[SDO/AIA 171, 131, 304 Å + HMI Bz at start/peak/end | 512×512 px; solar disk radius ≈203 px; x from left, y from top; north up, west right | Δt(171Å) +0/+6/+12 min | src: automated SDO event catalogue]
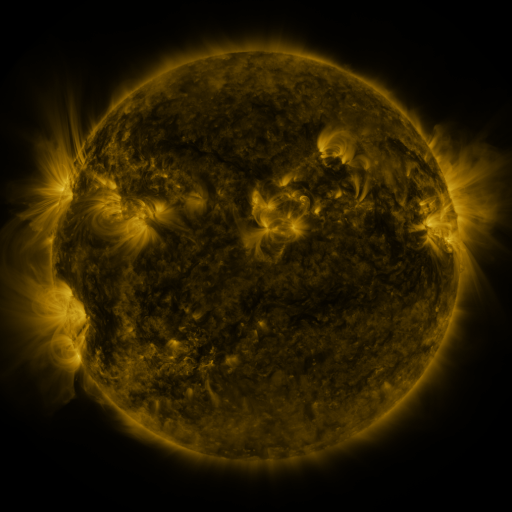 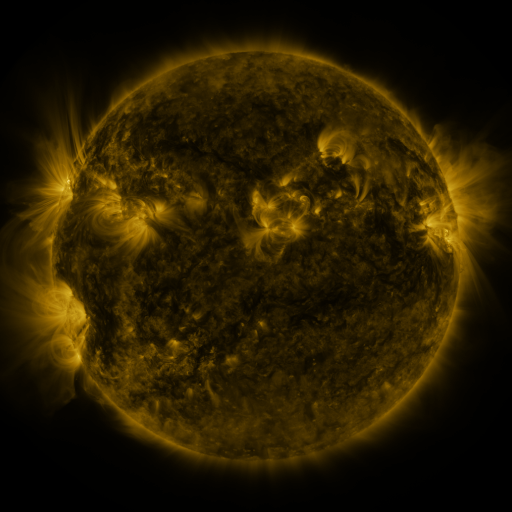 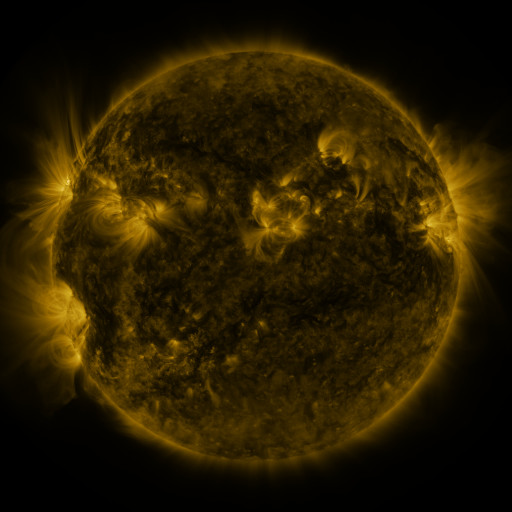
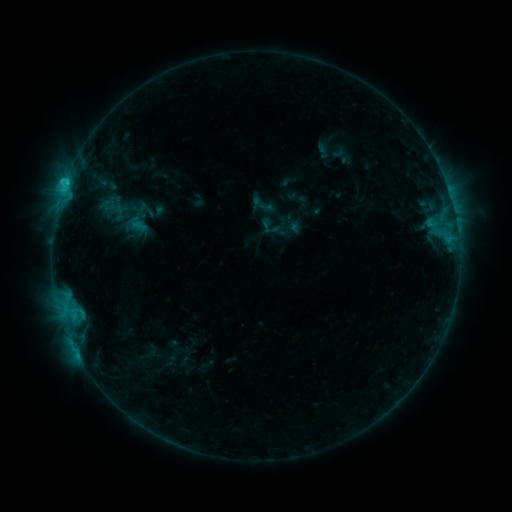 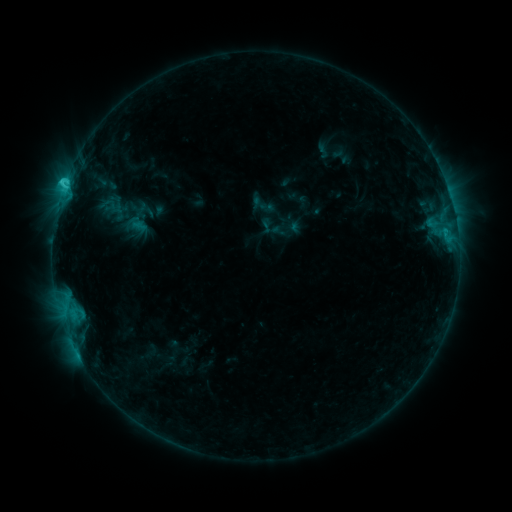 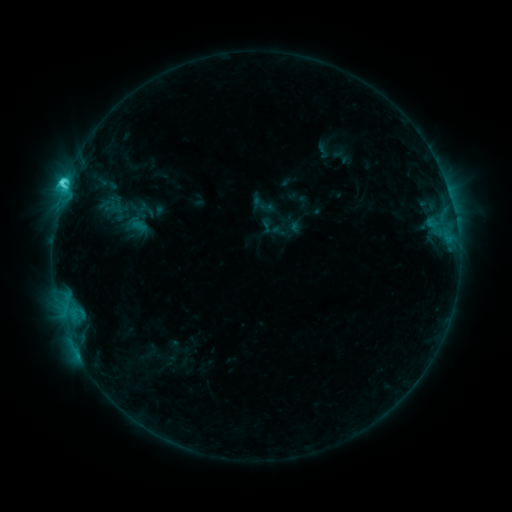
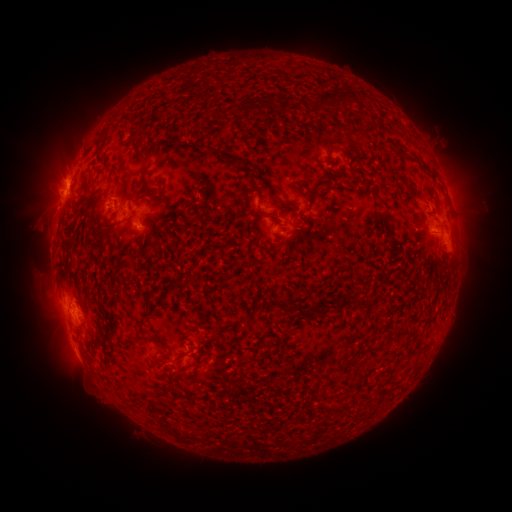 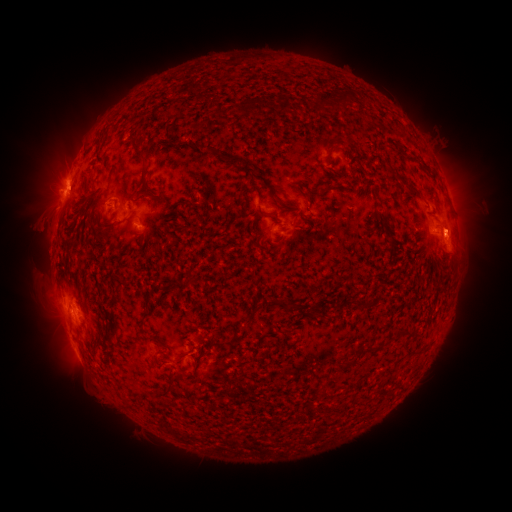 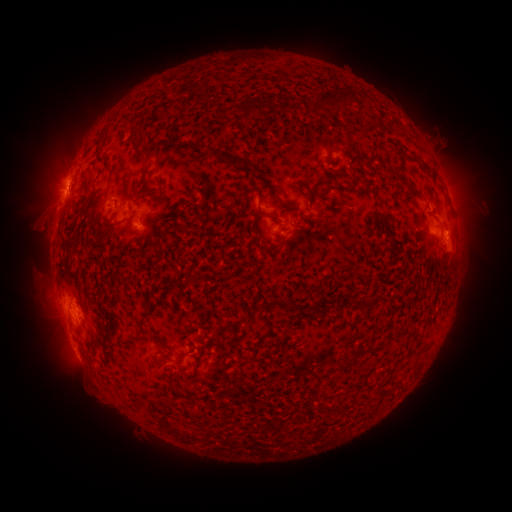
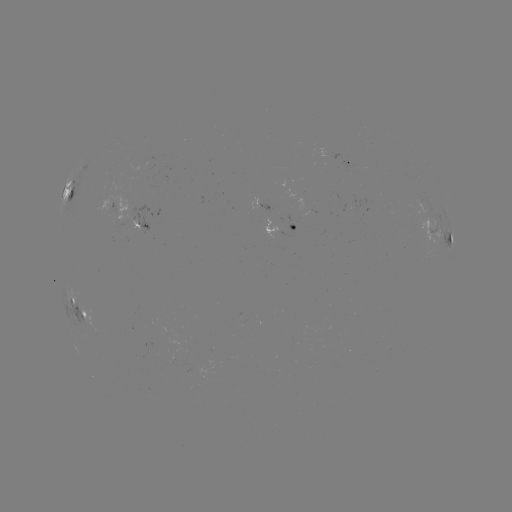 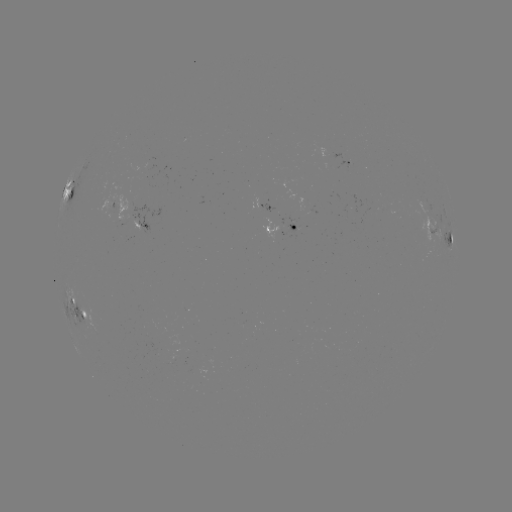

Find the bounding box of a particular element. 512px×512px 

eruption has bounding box [434, 204, 484, 253].